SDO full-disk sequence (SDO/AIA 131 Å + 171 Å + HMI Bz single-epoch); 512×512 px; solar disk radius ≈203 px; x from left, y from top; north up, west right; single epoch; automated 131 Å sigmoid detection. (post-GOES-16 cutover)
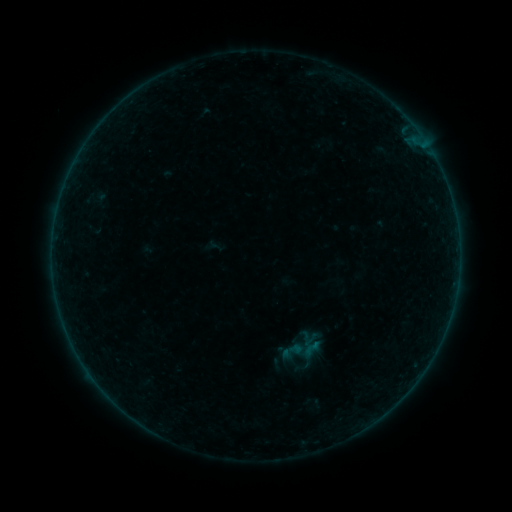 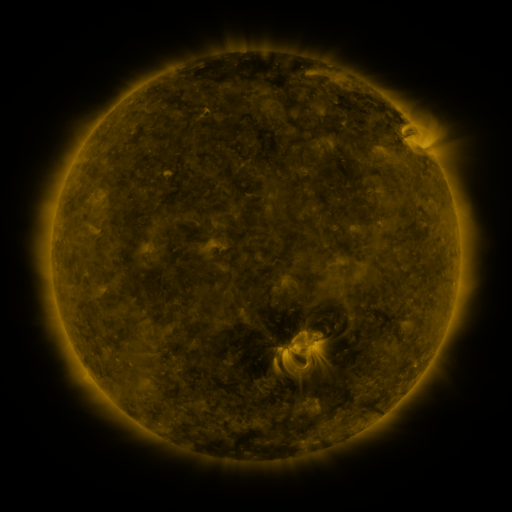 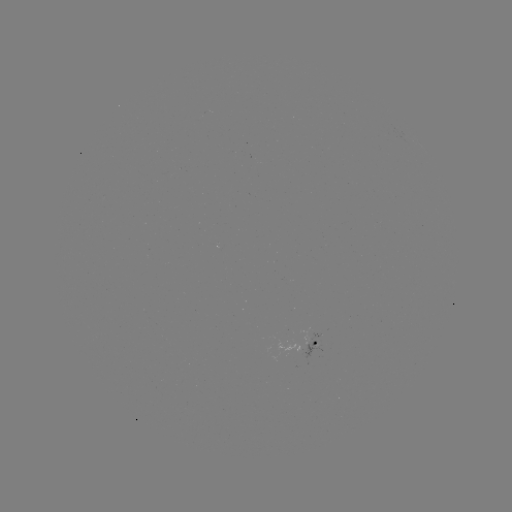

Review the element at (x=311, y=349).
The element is sigmoid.